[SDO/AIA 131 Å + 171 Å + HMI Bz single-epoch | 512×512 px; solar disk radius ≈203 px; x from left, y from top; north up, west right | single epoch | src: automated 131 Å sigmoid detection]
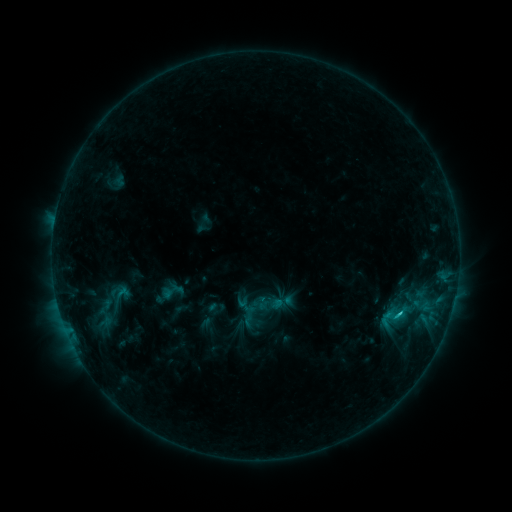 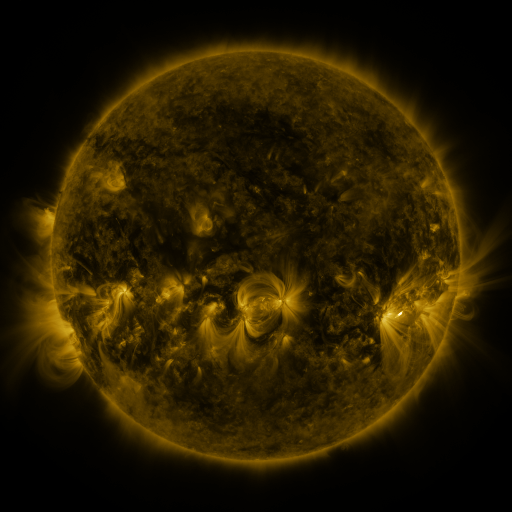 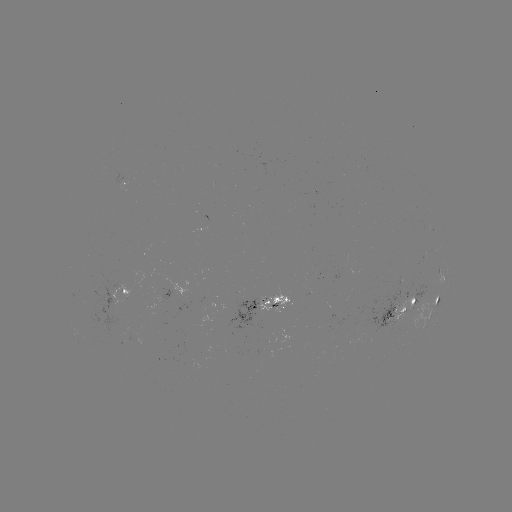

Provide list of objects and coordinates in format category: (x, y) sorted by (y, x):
sigmoid: (392, 318)
